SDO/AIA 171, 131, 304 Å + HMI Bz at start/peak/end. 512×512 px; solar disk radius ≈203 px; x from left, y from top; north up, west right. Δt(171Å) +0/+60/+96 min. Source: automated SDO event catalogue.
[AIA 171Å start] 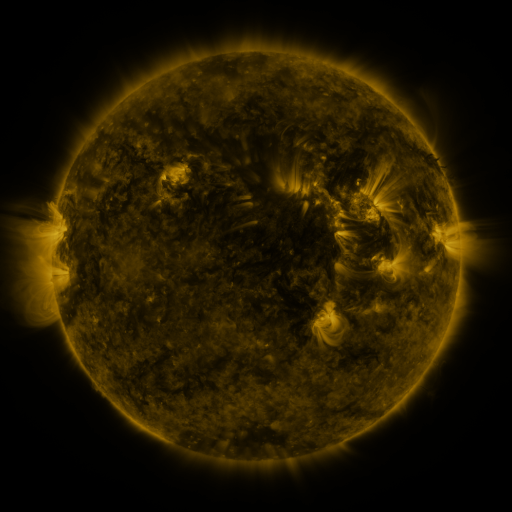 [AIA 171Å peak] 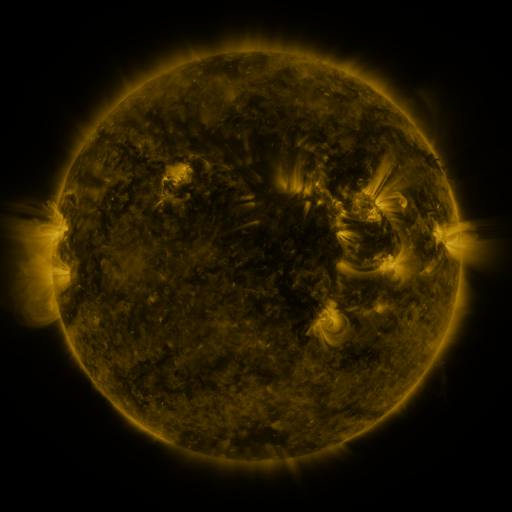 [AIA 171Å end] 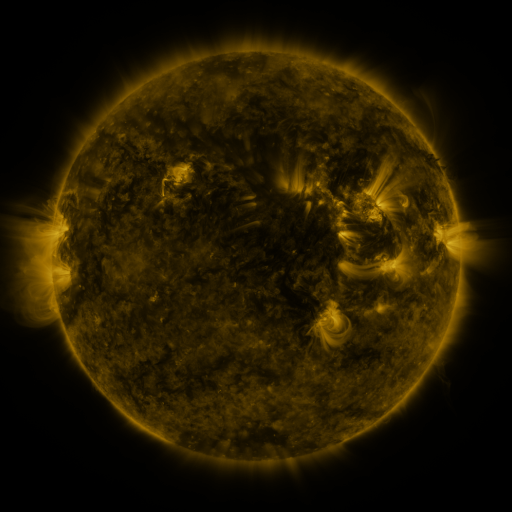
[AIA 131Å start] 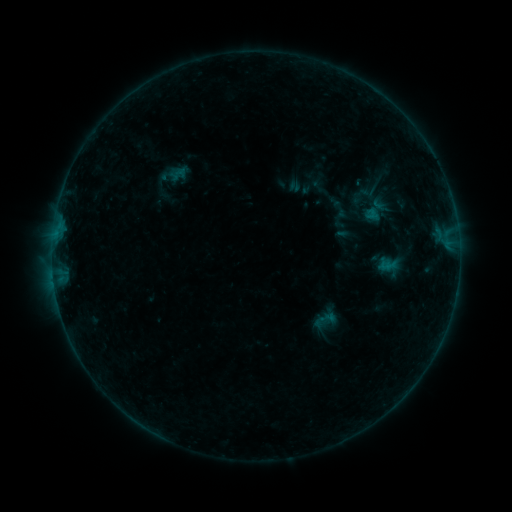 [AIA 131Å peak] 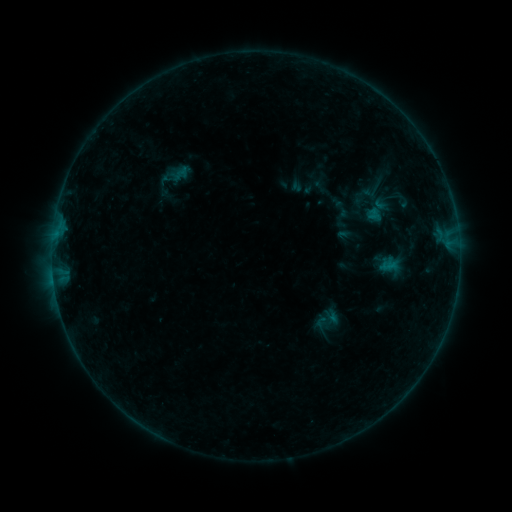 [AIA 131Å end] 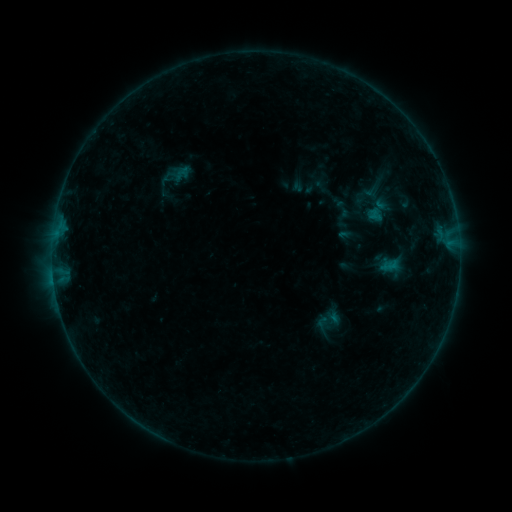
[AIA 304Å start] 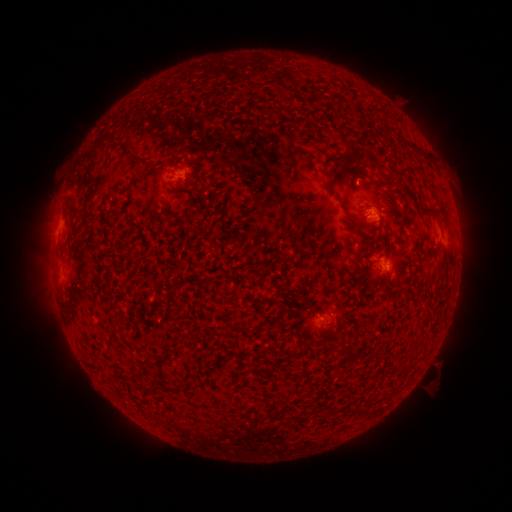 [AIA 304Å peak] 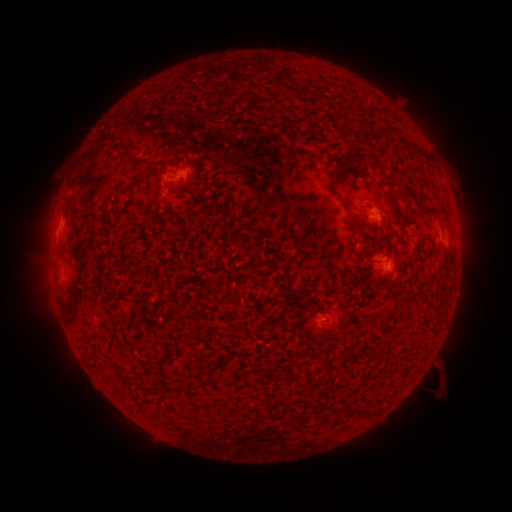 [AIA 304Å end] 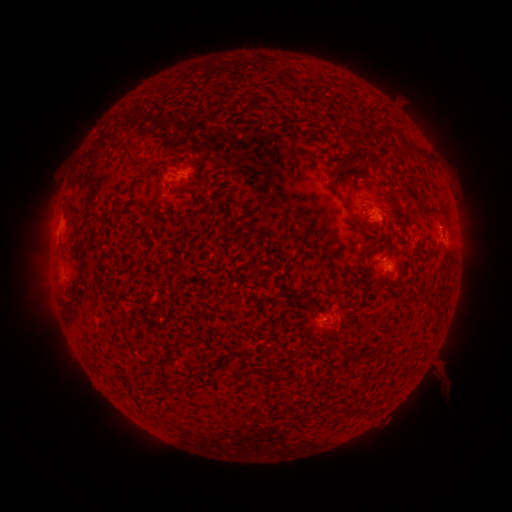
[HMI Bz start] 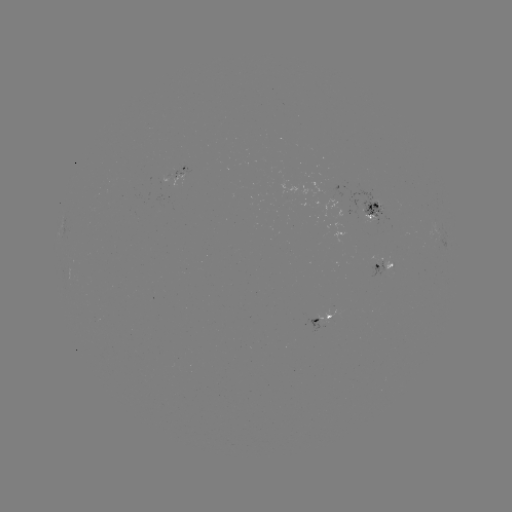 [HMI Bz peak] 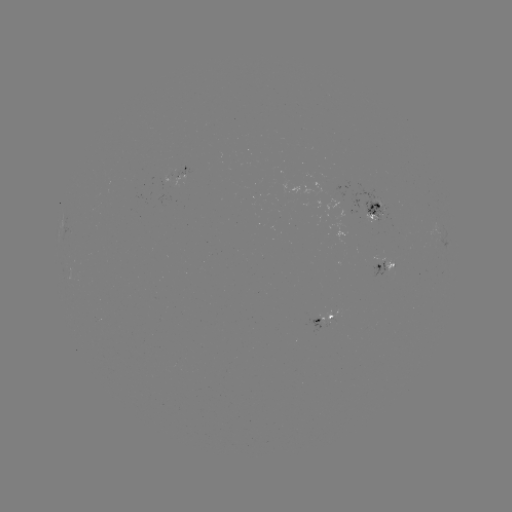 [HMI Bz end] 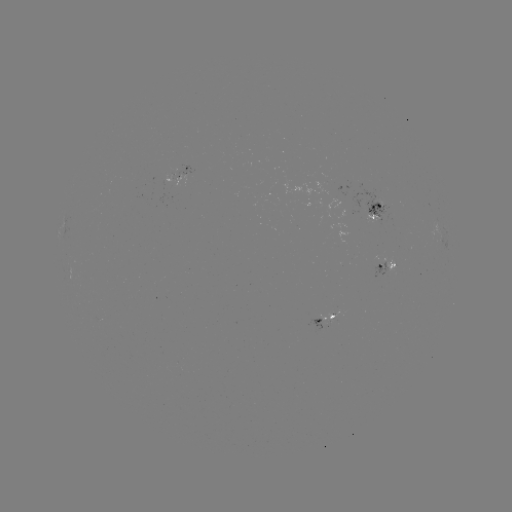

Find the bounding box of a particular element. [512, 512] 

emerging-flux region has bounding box [315, 187, 349, 206].